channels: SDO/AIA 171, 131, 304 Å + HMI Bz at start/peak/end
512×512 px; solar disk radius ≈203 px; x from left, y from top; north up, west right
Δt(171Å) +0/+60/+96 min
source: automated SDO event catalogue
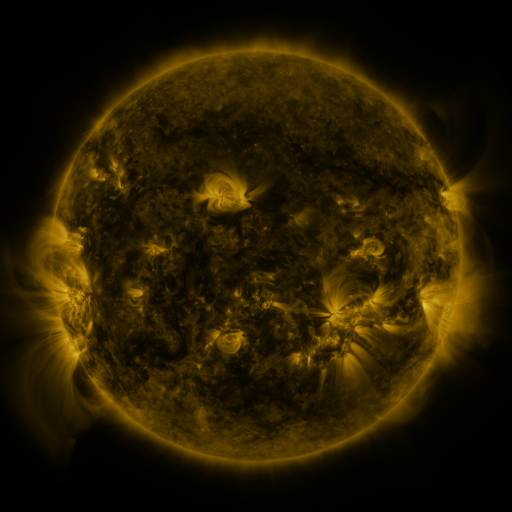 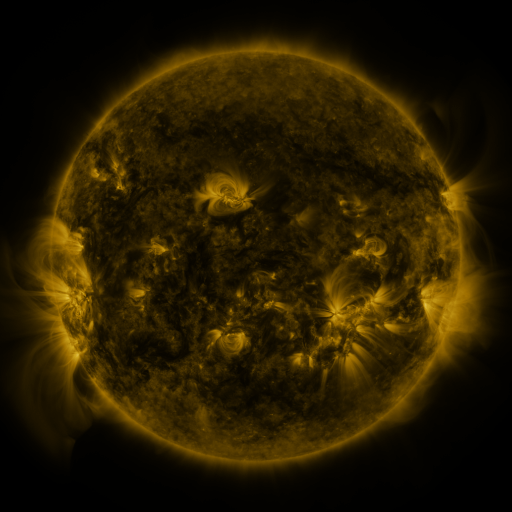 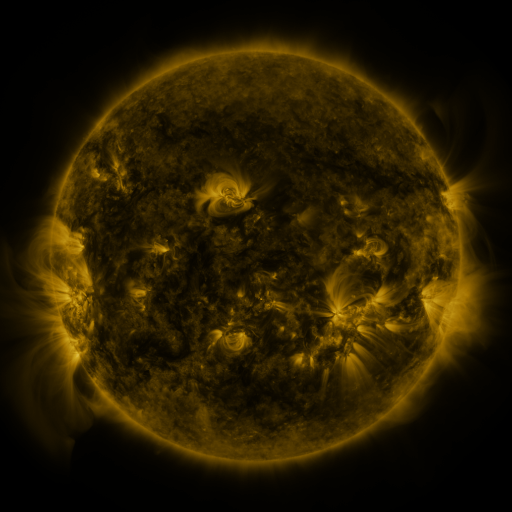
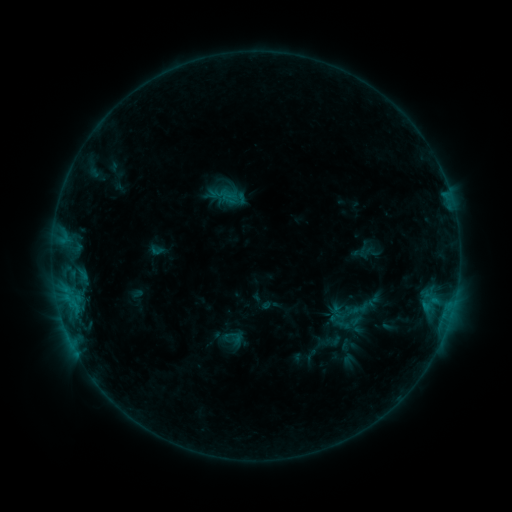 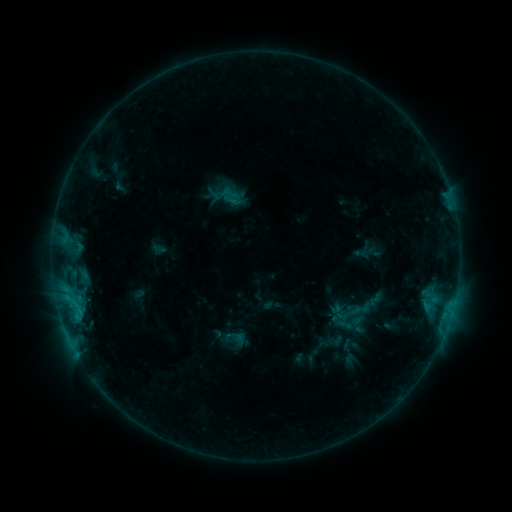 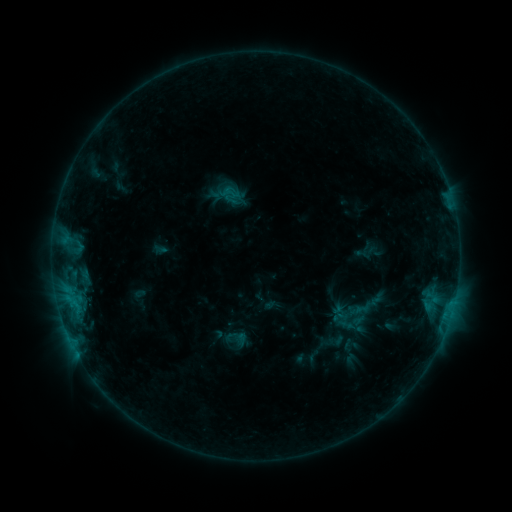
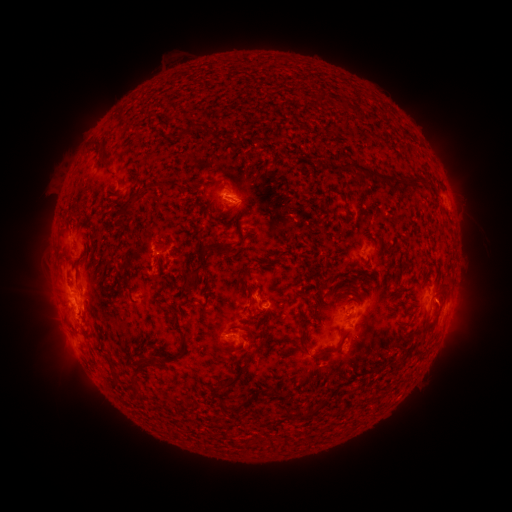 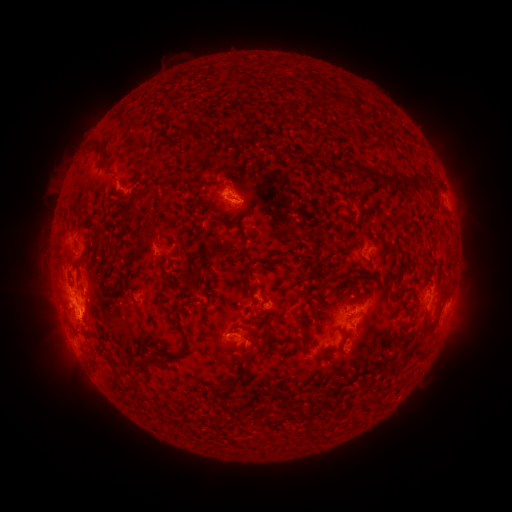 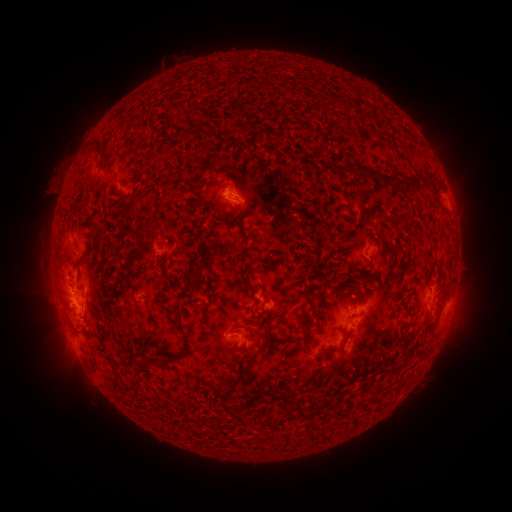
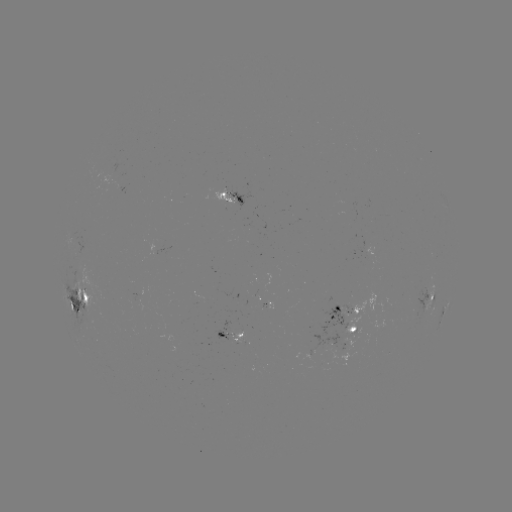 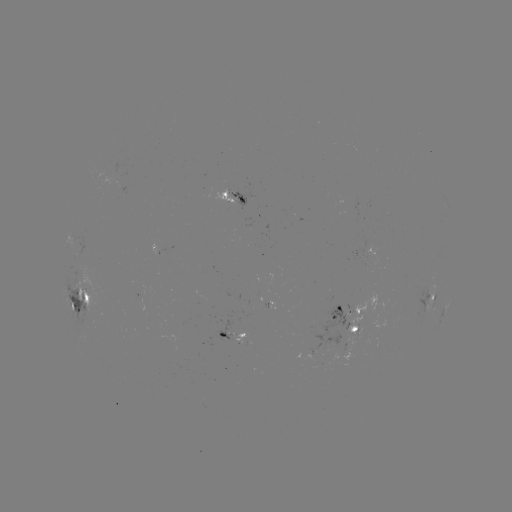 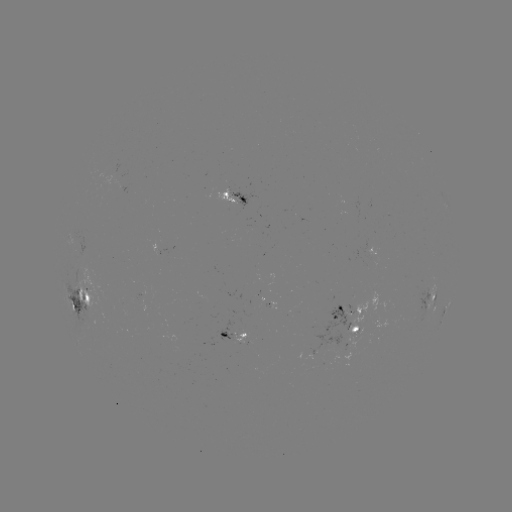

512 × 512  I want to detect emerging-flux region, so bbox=[146, 238, 173, 253].